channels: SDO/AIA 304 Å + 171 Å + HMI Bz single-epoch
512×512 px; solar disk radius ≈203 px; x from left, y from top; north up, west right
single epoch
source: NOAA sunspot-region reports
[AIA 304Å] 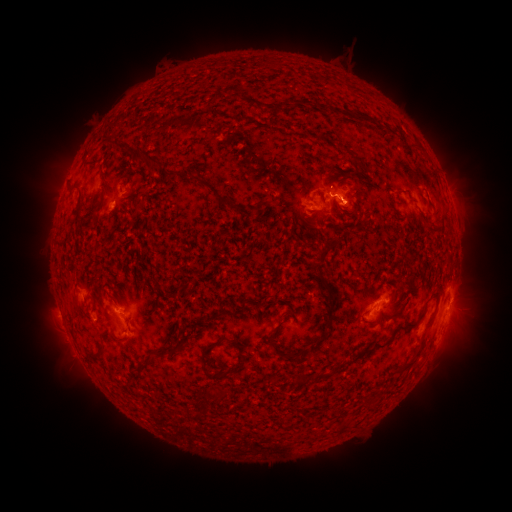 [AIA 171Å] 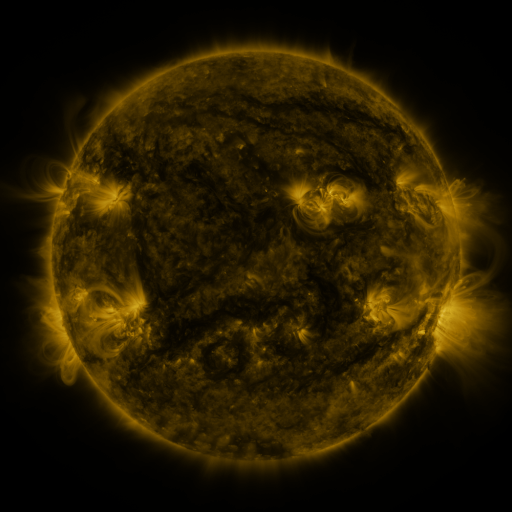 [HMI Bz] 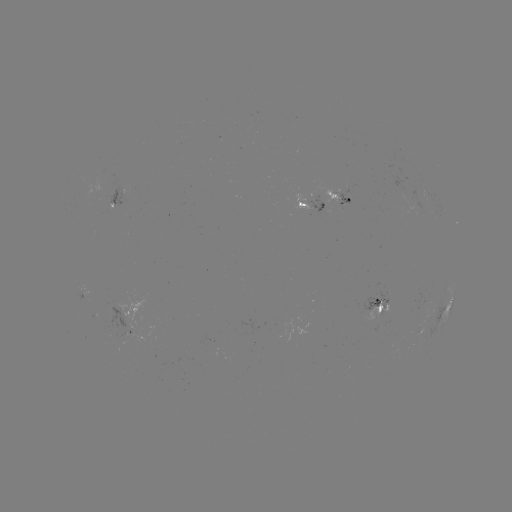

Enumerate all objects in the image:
spotted active region: (116, 195)
spotted active region: (343, 199)
spotted active region: (451, 204)
spotted active region: (315, 212)
spotted active region: (378, 306)
spotted active region: (447, 308)
spotted active region: (133, 327)
